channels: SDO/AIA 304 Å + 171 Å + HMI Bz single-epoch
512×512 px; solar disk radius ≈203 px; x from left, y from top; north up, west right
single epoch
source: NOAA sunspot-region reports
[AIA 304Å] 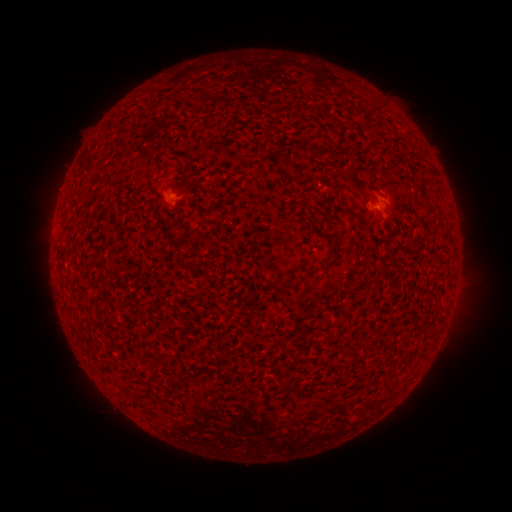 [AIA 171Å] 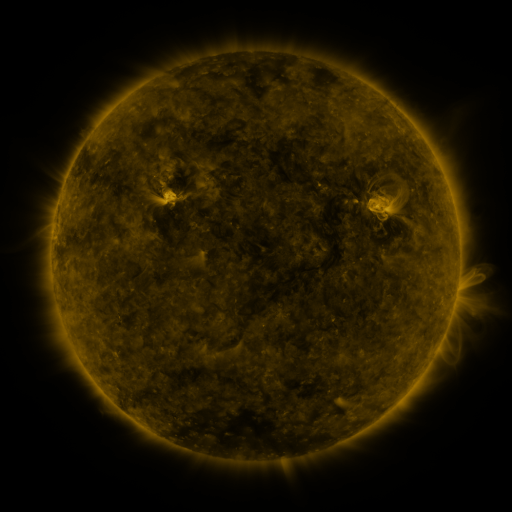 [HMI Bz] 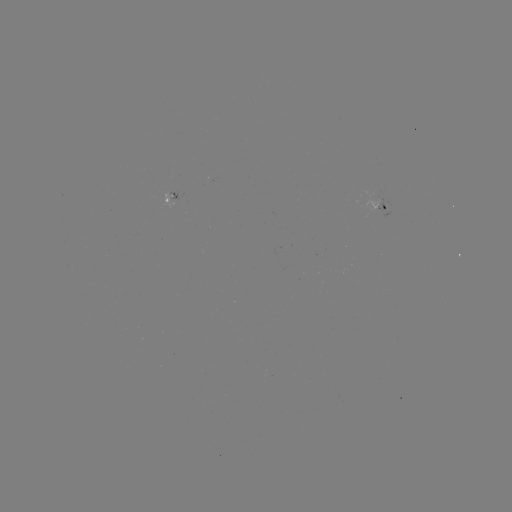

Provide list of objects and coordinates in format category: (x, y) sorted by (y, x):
spotted active region: (172, 195)
spotted active region: (379, 207)
